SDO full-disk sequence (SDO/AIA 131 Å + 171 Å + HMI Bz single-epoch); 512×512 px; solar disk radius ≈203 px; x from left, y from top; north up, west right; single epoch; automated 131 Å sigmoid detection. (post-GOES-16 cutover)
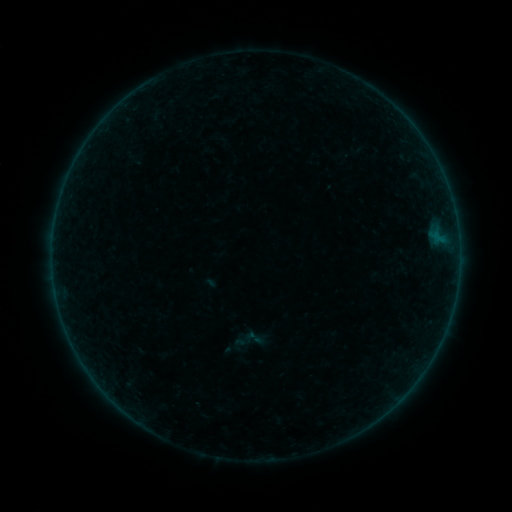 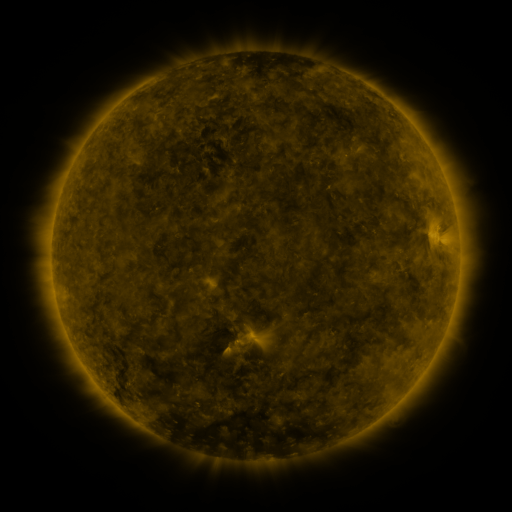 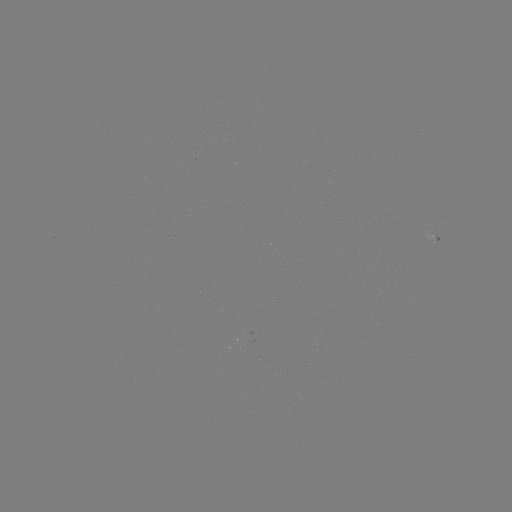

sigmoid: (243, 327, 265, 348)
